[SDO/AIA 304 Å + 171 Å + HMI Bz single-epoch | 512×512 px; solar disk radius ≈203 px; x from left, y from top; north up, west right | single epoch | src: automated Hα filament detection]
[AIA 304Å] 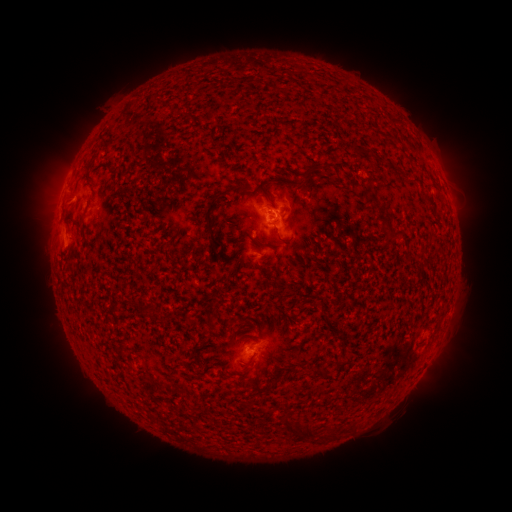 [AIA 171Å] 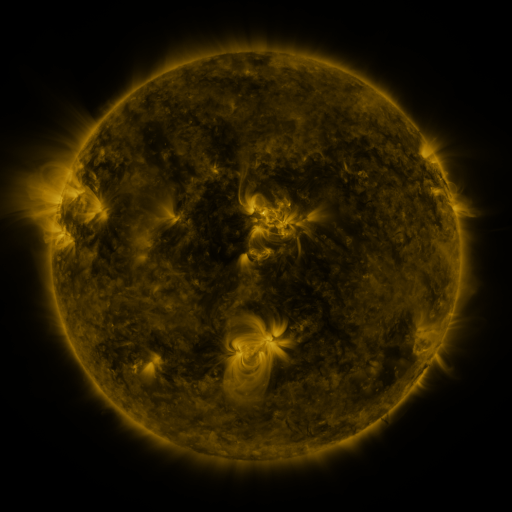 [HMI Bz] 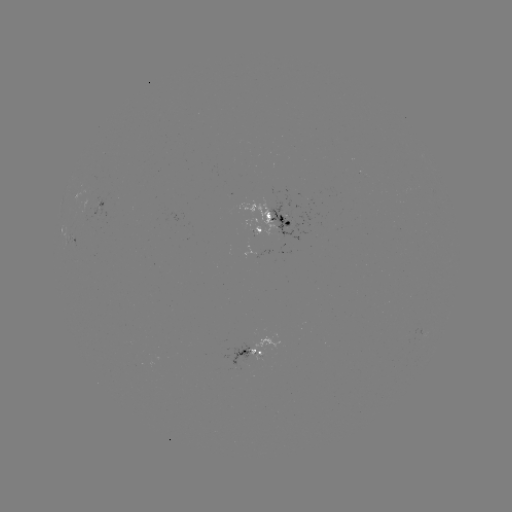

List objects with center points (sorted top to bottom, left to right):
filament: <bbox>303, 165, 318, 180</bbox>
filament: <bbox>268, 176, 280, 185</bbox>
filament: <bbox>231, 184, 246, 196</bbox>
filament: <bbox>204, 192, 226, 248</bbox>
filament: <bbox>267, 196, 278, 210</bbox>
filament: <bbox>364, 198, 375, 206</bbox>
filament: <bbox>374, 204, 391, 228</bbox>
filament: <bbox>386, 228, 405, 241</bbox>
filament: <bbox>314, 367, 323, 379</bbox>
filament: <bbox>280, 416, 293, 432</bbox>
filament: <bbox>302, 424, 314, 440</bbox>
